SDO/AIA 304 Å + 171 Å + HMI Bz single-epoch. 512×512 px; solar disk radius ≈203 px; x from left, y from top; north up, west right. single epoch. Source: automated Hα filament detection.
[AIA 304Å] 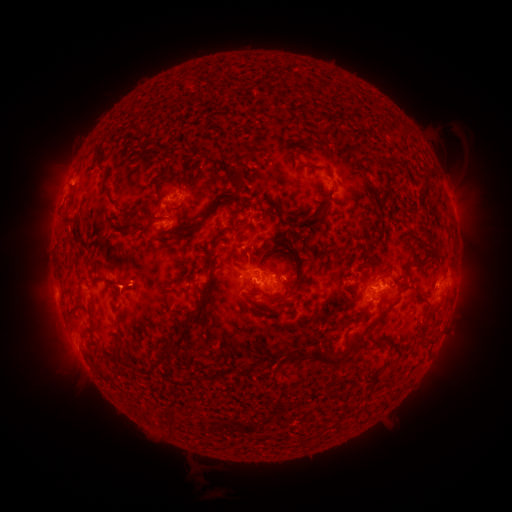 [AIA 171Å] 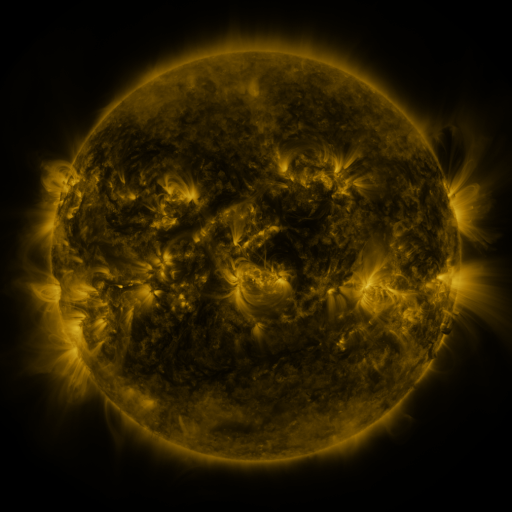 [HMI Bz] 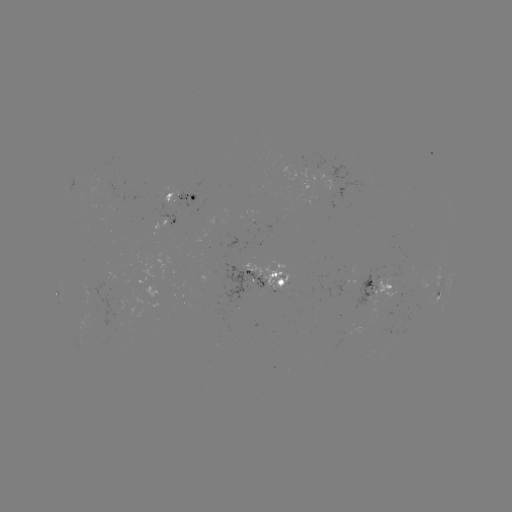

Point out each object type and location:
filament: <bbox>297, 124, 316, 137</bbox>
filament: <bbox>93, 148, 102, 160</bbox>
filament: <bbox>291, 162, 324, 172</bbox>
filament: <bbox>226, 173, 238, 186</bbox>
filament: <bbox>151, 175, 171, 192</bbox>
filament: <bbox>318, 181, 336, 201</bbox>
filament: <bbox>261, 195, 280, 207</bbox>
filament: <bbox>266, 204, 282, 219</bbox>
filament: <bbox>206, 205, 214, 215</bbox>
filament: <bbox>114, 206, 129, 217</bbox>
filament: <bbox>310, 206, 323, 229</bbox>
filament: <bbox>123, 211, 151, 228</bbox>
filament: <bbox>297, 211, 315, 222</bbox>
filament: <bbox>231, 217, 249, 237</bbox>
filament: <bbox>284, 219, 297, 234</bbox>
filament: <bbox>204, 232, 219, 249</bbox>
filament: <bbox>281, 234, 296, 264</bbox>
filament: <bbox>296, 238, 305, 254</bbox>
filament: <bbox>263, 241, 279, 258</bbox>
filament: <bbox>136, 243, 153, 255</bbox>
filament: <bbox>404, 251, 425, 270</bbox>
filament: <bbox>162, 260, 216, 358</bbox>
filament: <bbox>380, 269, 406, 295</bbox>
filament: <bbox>261, 274, 310, 308</bbox>
filament: <bbox>106, 283, 120, 291</bbox>
filament: <bbox>158, 285, 173, 292</bbox>
filament: <bbox>351, 285, 359, 296</bbox>
filament: <bbox>280, 287, 289, 298</bbox>
filament: <bbox>206, 288, 213, 299</bbox>
filament: <bbox>242, 288, 261, 302</bbox>
filament: <bbox>419, 294, 430, 303</bbox>
filament: <bbox>335, 297, 344, 308</bbox>
filament: <bbox>358, 304, 370, 313</bbox>
filament: <bbox>341, 309, 361, 327</bbox>
filament: <bbox>366, 312, 383, 329</bbox>
filament: <bbox>114, 330, 135, 348</bbox>
filament: <bbox>366, 333, 386, 346</bbox>
filament: <bbox>422, 334, 435, 343</bbox>
filament: <bbox>285, 345, 343, 366</bbox>
filament: <bbox>304, 388, 314, 397</bbox>
